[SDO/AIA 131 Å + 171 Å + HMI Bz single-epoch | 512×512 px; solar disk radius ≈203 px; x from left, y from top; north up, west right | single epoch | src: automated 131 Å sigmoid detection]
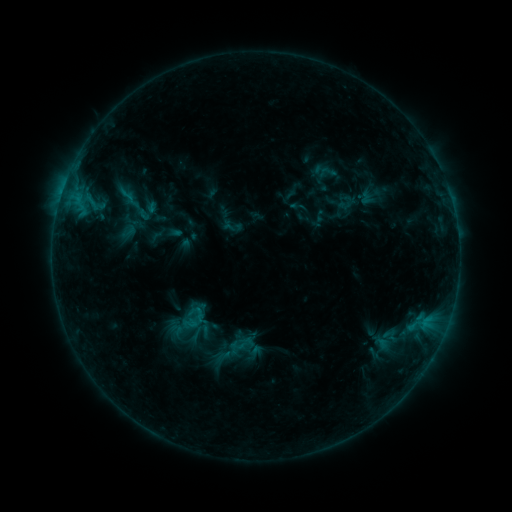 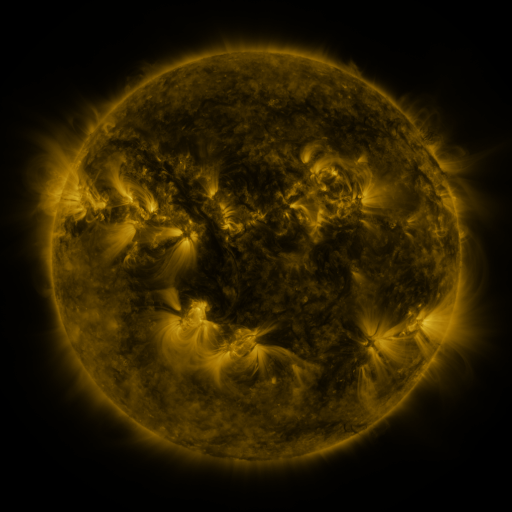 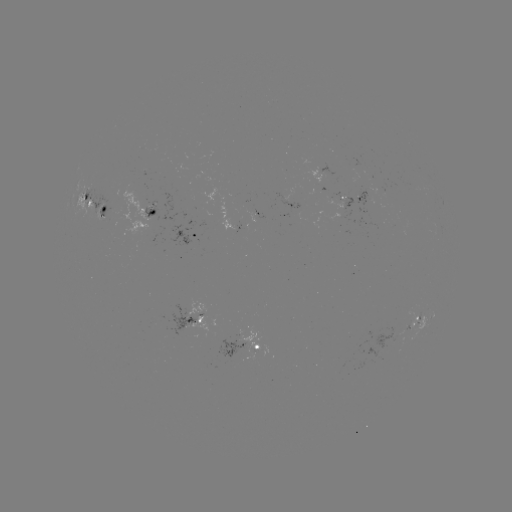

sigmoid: <bbox>117, 185, 136, 205</bbox>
